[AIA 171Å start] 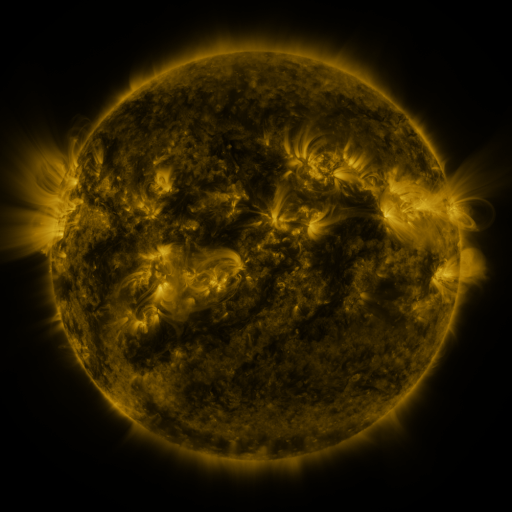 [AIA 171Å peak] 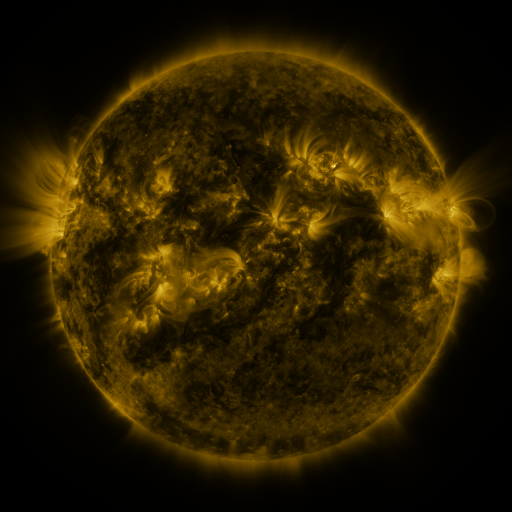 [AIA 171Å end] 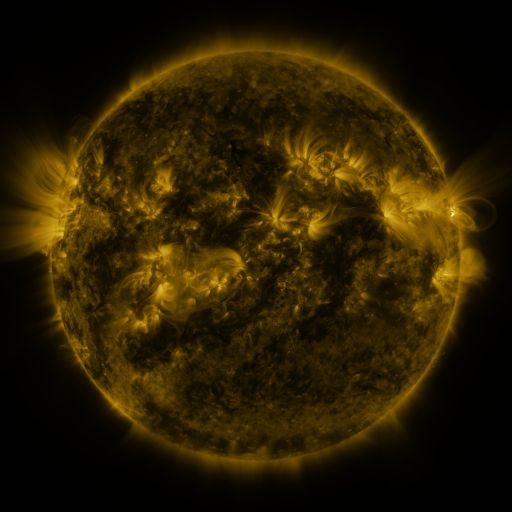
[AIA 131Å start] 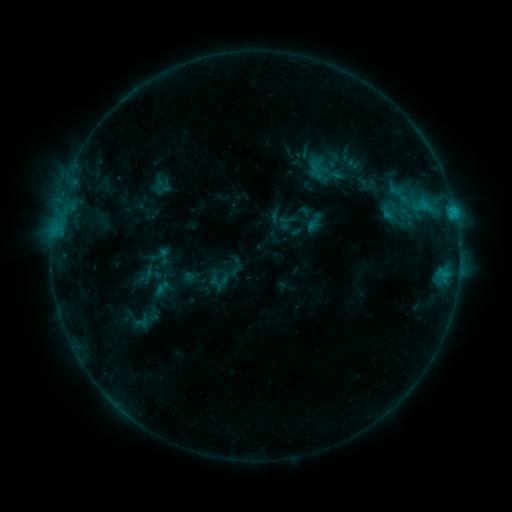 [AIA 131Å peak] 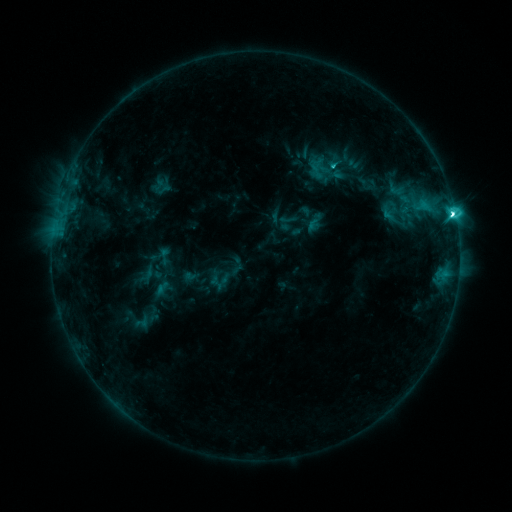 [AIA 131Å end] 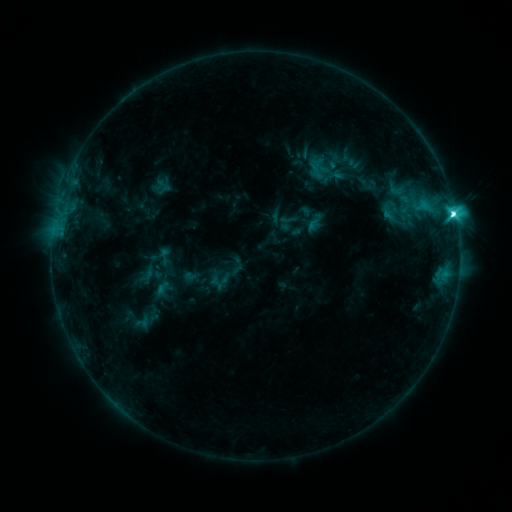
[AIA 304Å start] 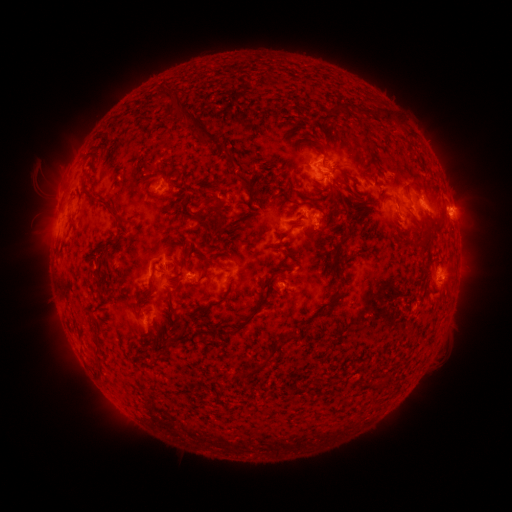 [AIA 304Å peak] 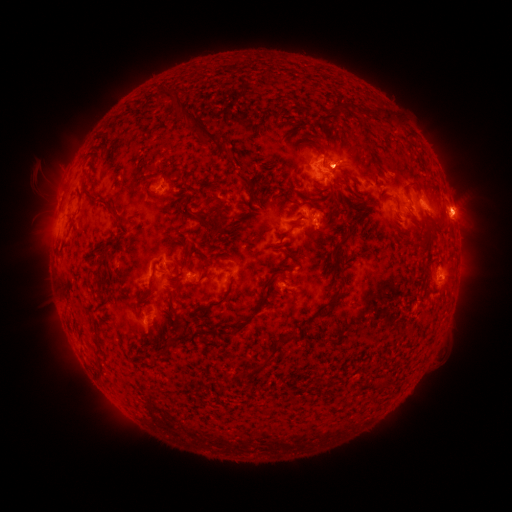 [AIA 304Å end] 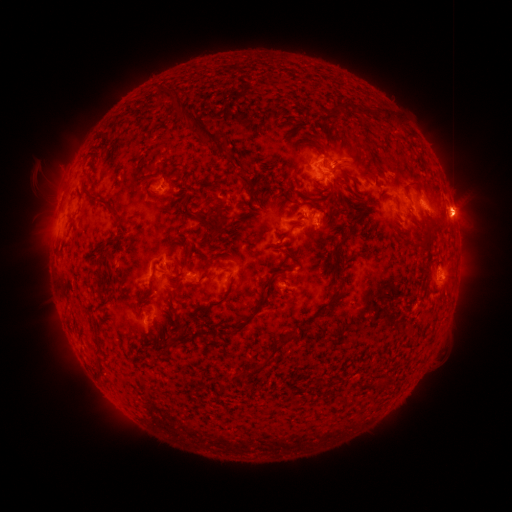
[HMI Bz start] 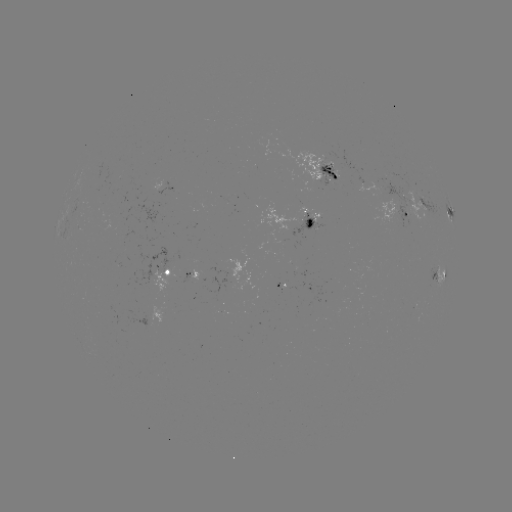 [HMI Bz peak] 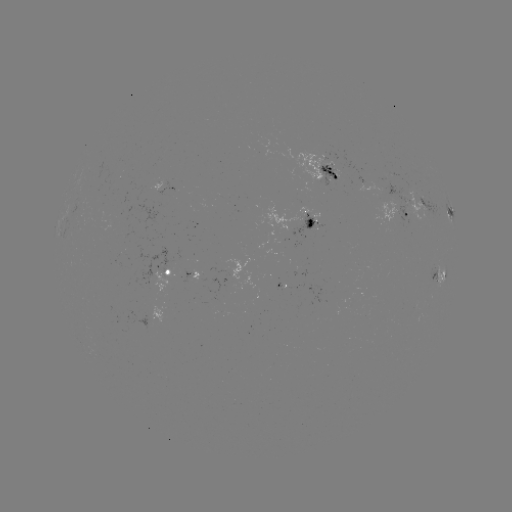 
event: flare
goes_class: M1.0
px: (452, 214)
